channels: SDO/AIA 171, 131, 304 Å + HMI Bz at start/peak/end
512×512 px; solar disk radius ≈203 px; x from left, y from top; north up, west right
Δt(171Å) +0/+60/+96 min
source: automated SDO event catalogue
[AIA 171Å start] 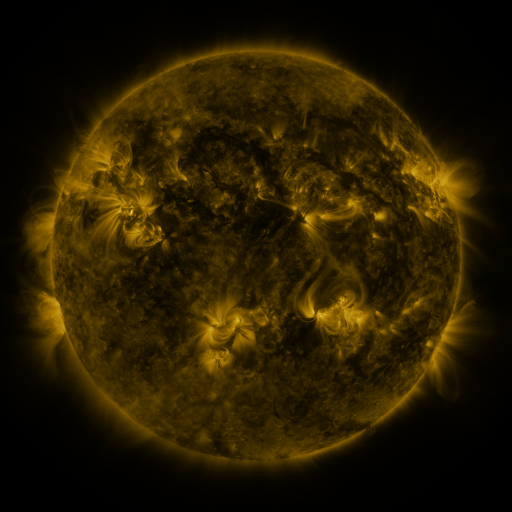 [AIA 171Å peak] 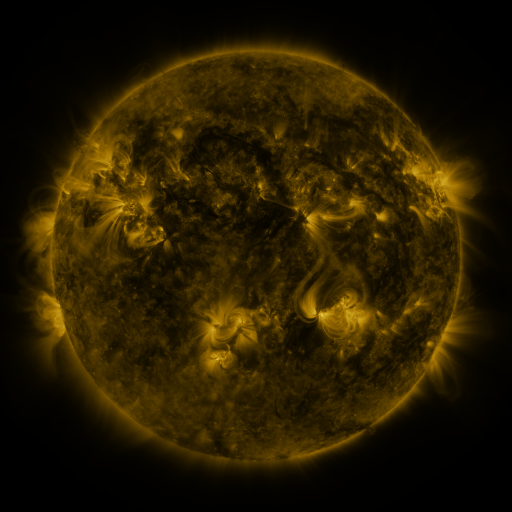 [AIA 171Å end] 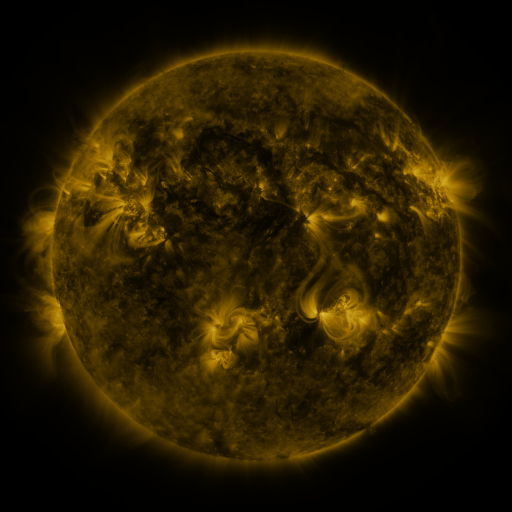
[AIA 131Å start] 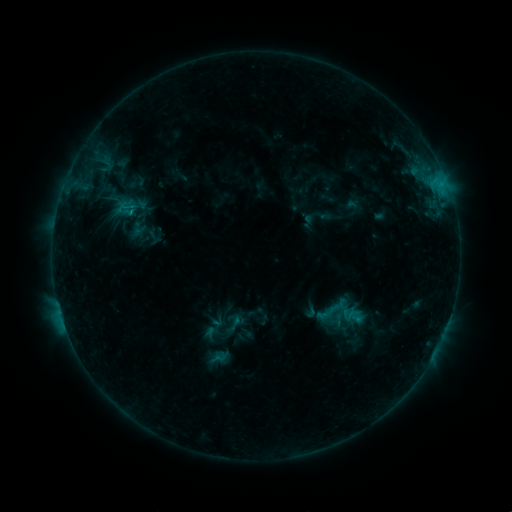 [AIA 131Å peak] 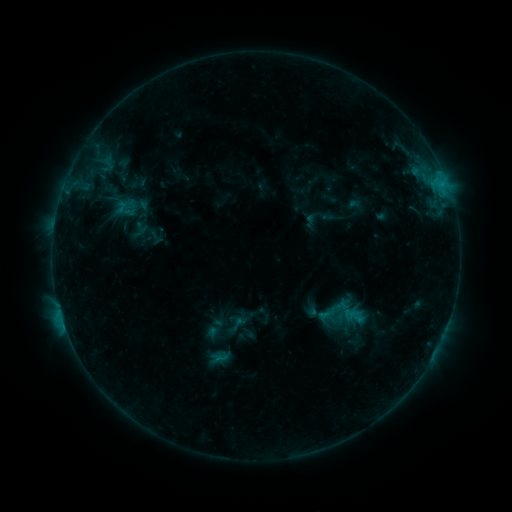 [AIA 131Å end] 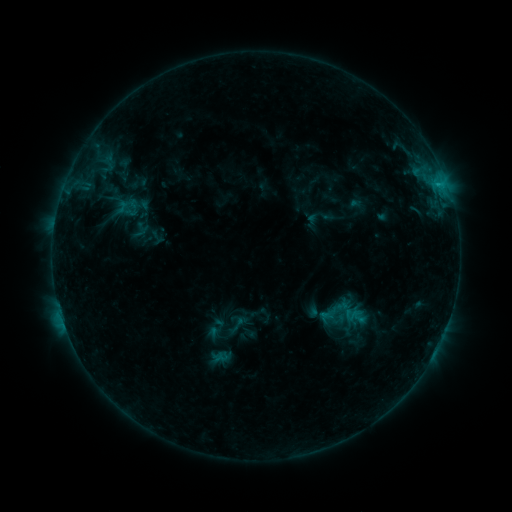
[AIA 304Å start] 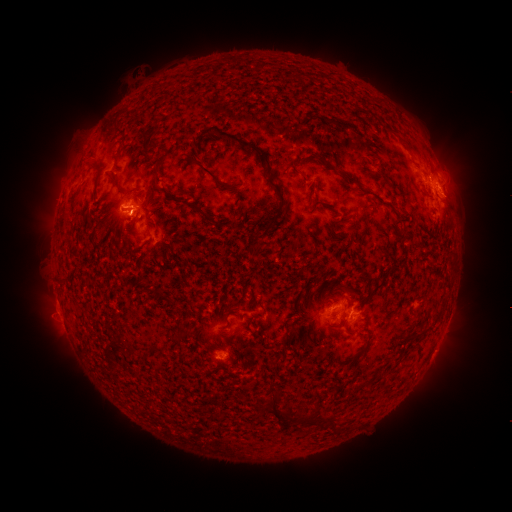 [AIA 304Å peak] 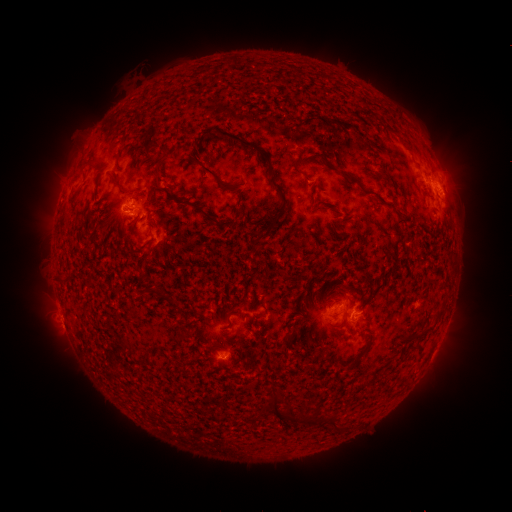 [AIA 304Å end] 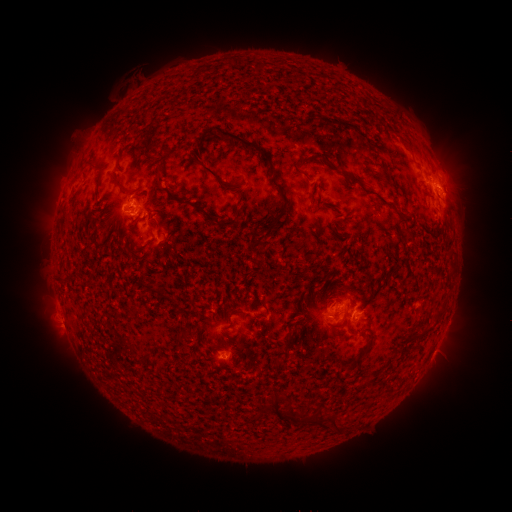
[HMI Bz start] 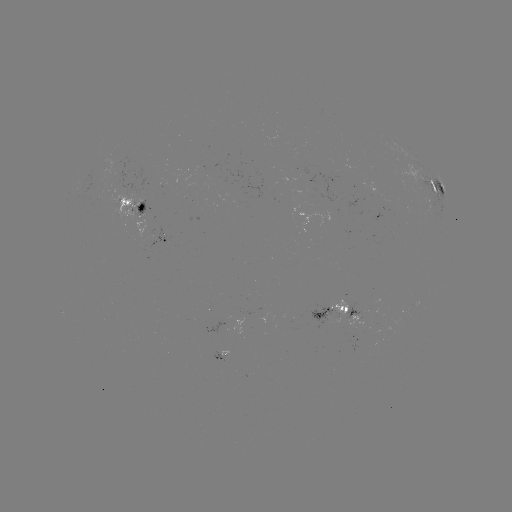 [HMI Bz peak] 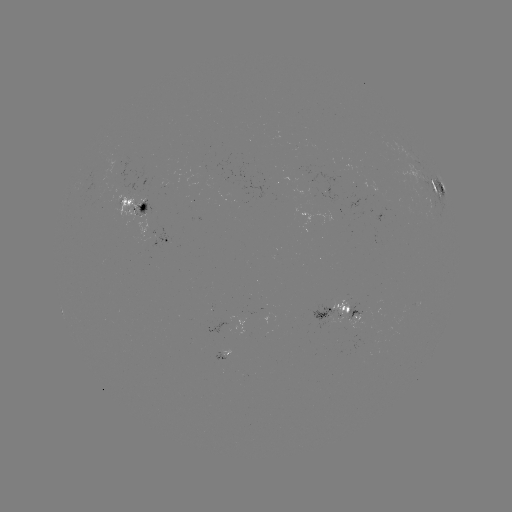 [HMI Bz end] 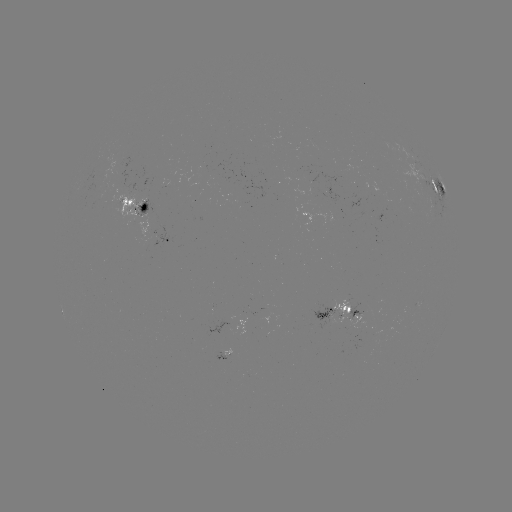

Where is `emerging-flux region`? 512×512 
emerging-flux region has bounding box [102, 160, 120, 182].